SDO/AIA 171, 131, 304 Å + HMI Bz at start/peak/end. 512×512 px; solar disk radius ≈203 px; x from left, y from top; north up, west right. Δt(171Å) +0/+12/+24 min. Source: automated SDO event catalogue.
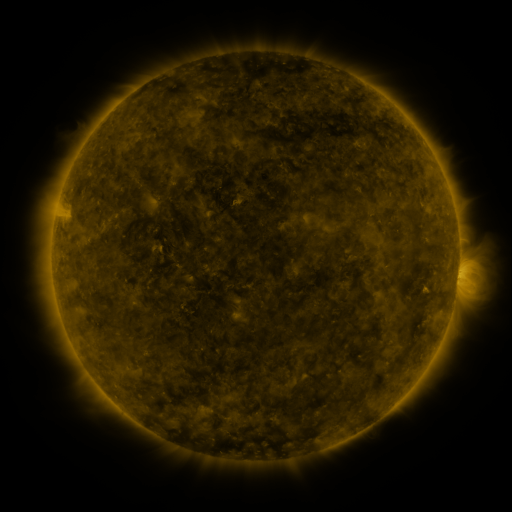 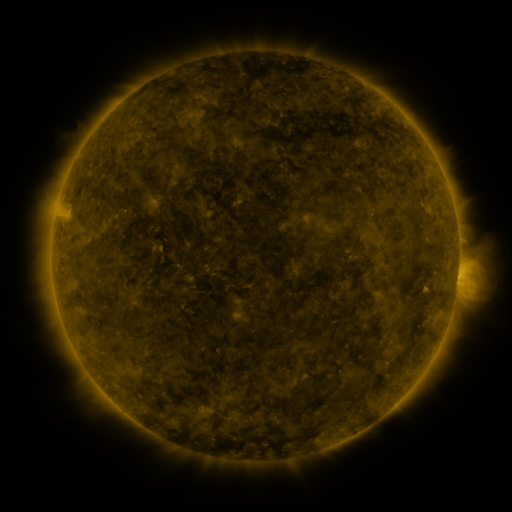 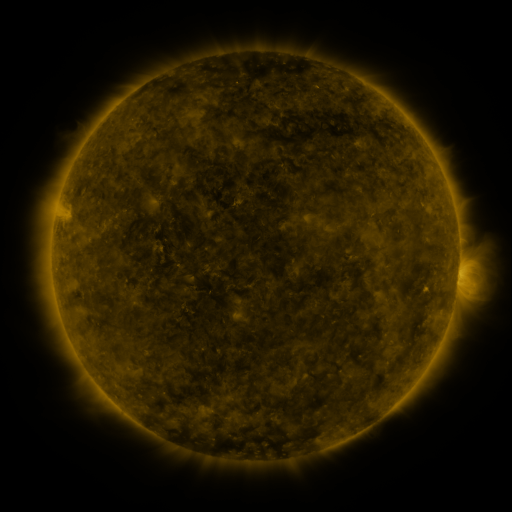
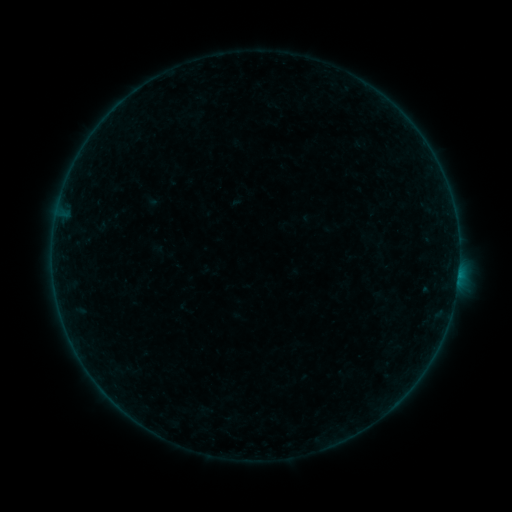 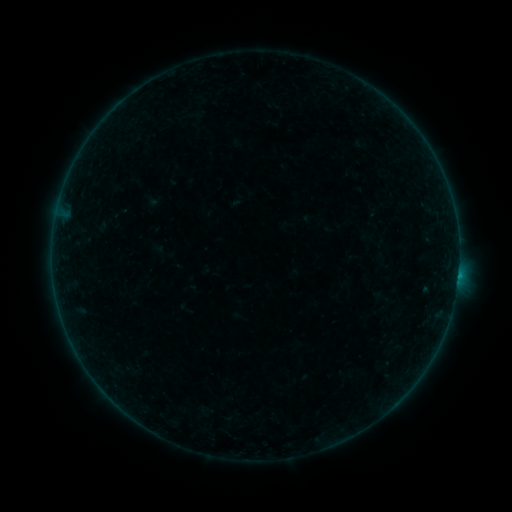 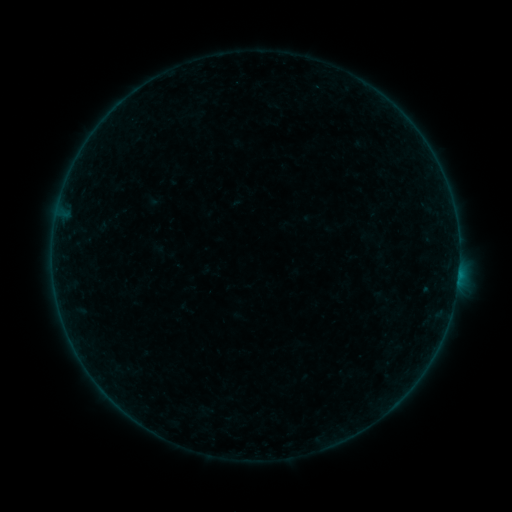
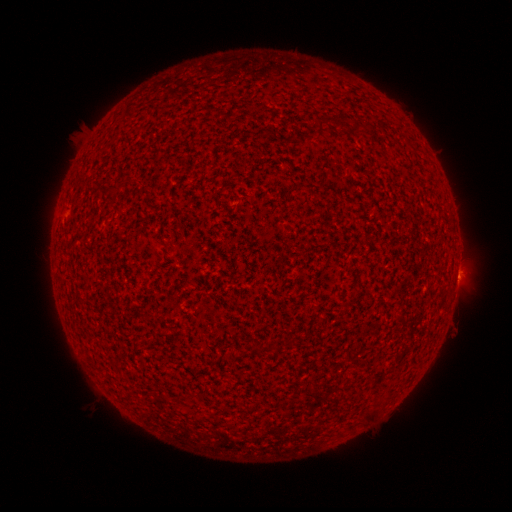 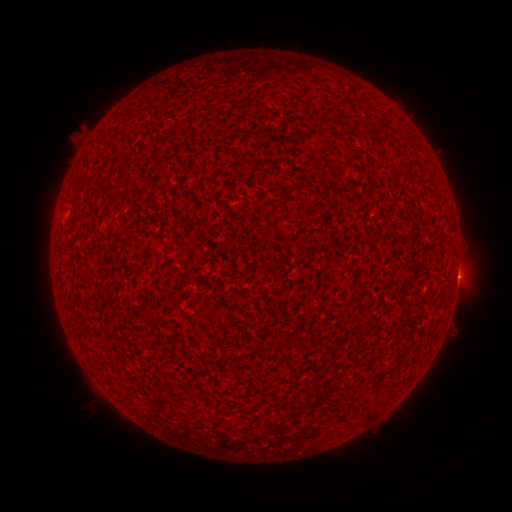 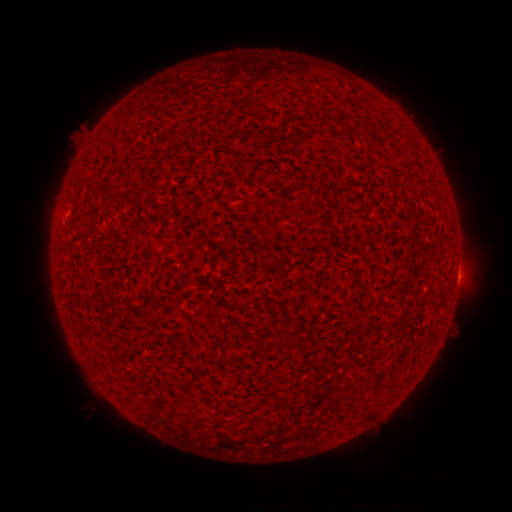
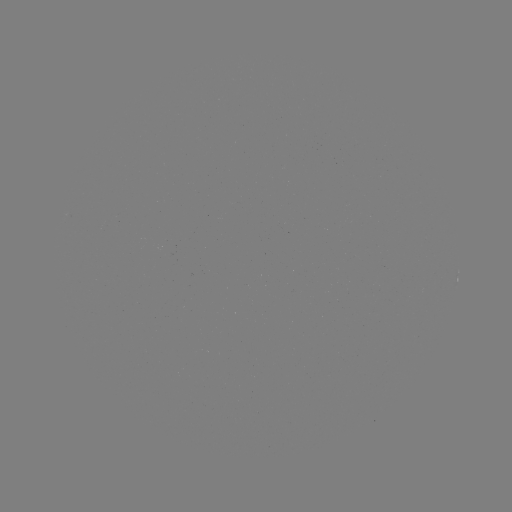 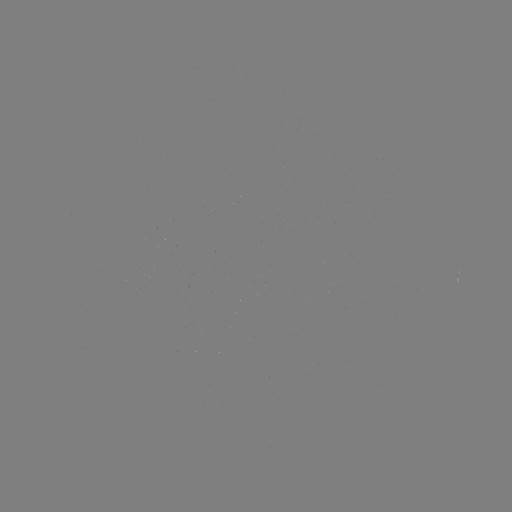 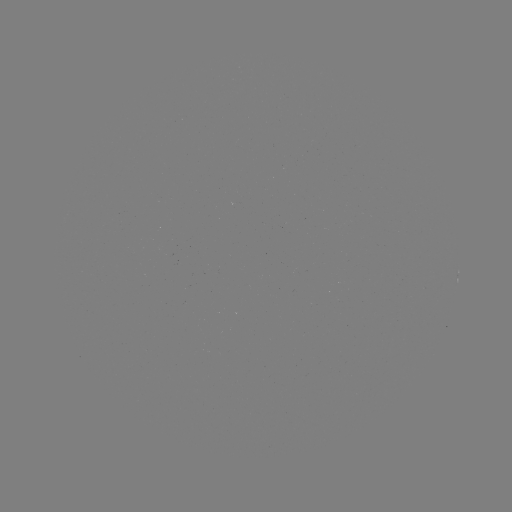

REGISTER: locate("B1.4 flare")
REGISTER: [458, 273]